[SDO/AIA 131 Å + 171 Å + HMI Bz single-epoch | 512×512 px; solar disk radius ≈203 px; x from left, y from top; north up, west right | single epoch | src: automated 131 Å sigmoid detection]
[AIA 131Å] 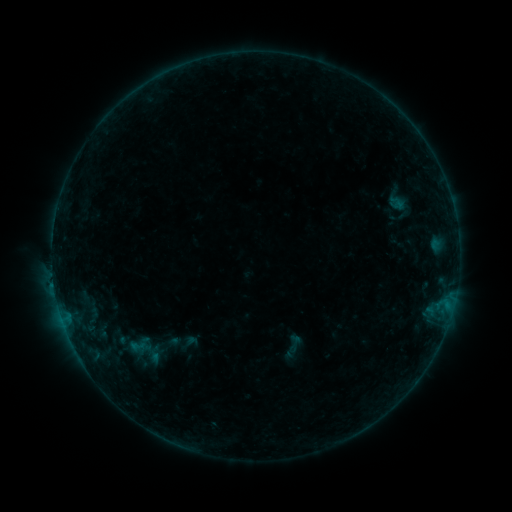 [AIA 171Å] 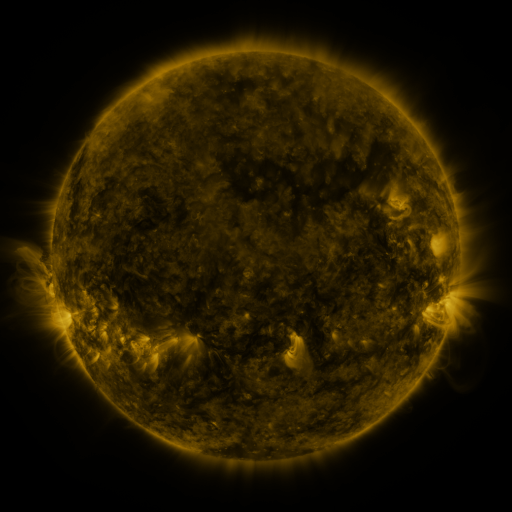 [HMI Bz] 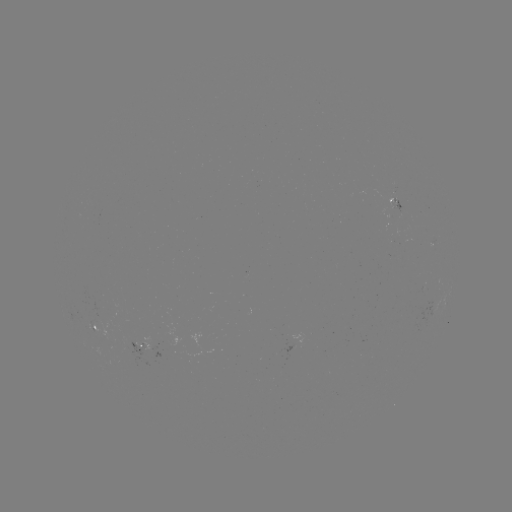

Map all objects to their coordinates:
sigmoid: (294, 343)
